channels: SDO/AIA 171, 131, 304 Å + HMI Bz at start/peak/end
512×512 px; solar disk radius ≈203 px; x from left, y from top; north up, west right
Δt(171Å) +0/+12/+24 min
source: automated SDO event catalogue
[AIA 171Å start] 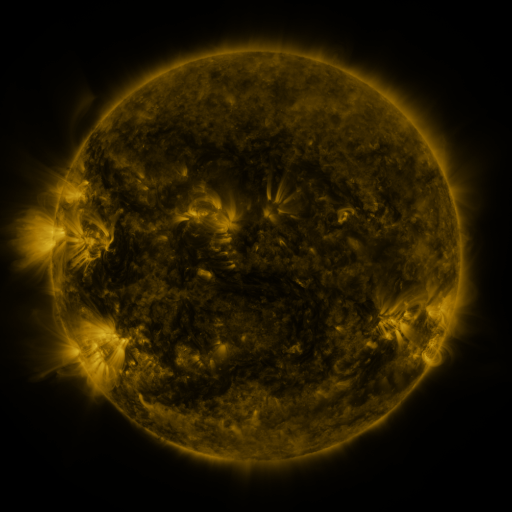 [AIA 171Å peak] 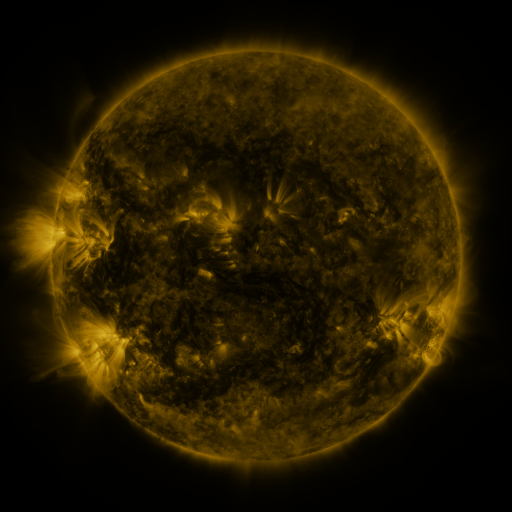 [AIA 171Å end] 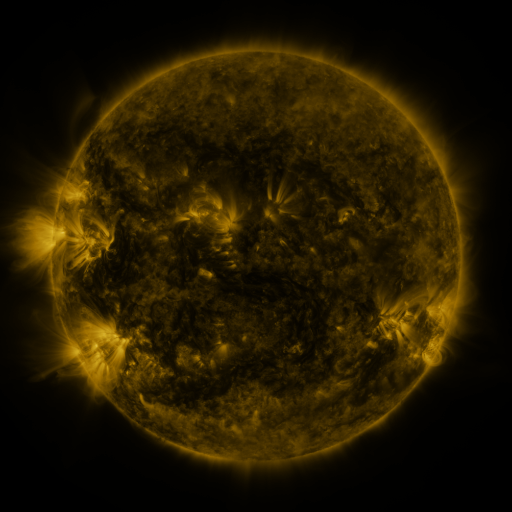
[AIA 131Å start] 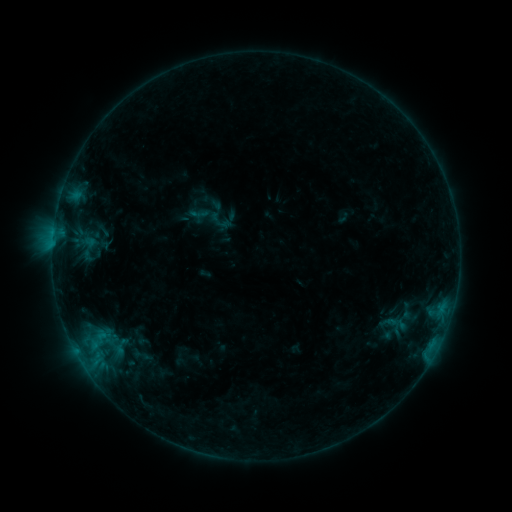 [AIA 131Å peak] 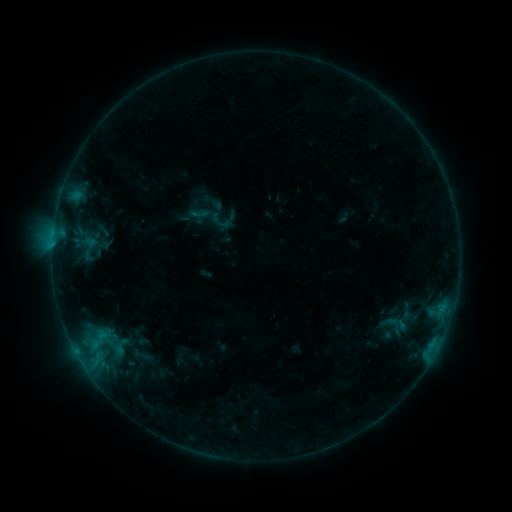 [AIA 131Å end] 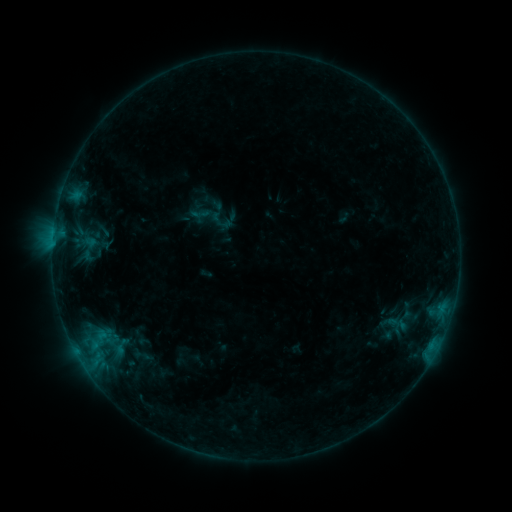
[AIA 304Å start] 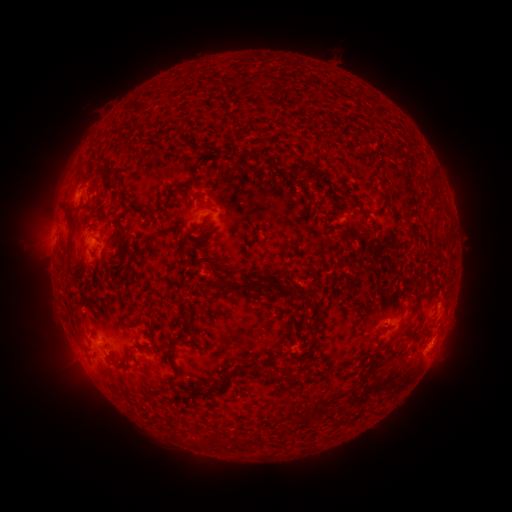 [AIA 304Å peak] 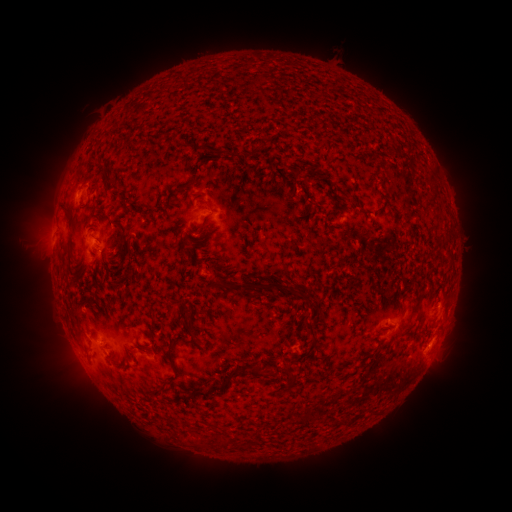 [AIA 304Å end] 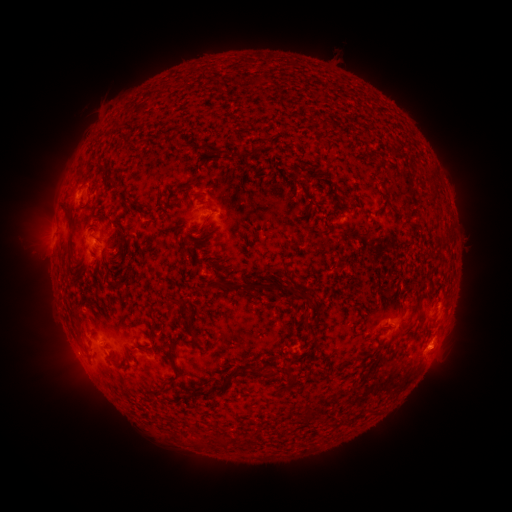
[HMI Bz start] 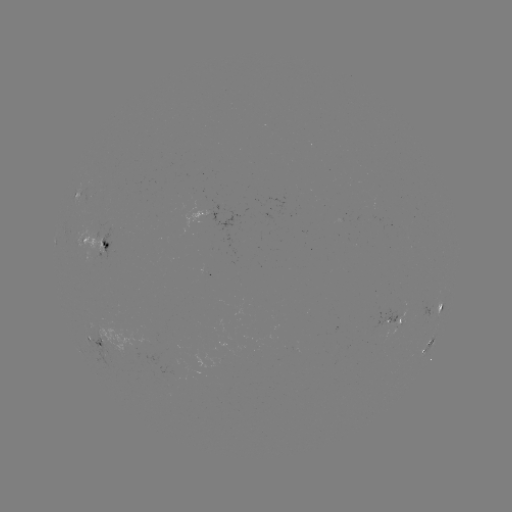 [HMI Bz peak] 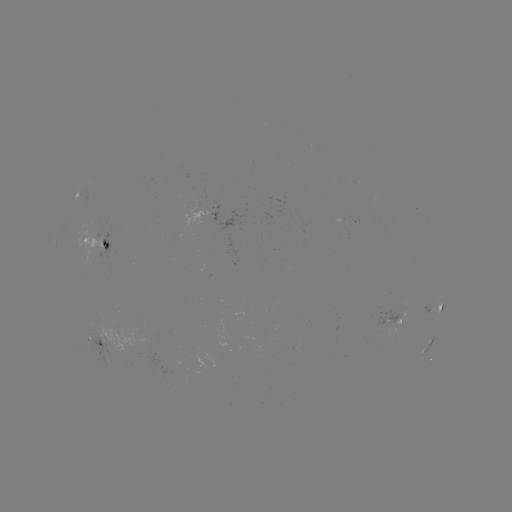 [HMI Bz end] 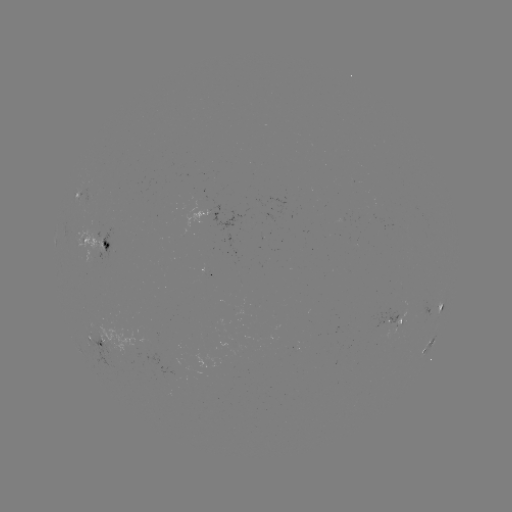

nothing was catalogued: no classed flare, no EUV trigger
